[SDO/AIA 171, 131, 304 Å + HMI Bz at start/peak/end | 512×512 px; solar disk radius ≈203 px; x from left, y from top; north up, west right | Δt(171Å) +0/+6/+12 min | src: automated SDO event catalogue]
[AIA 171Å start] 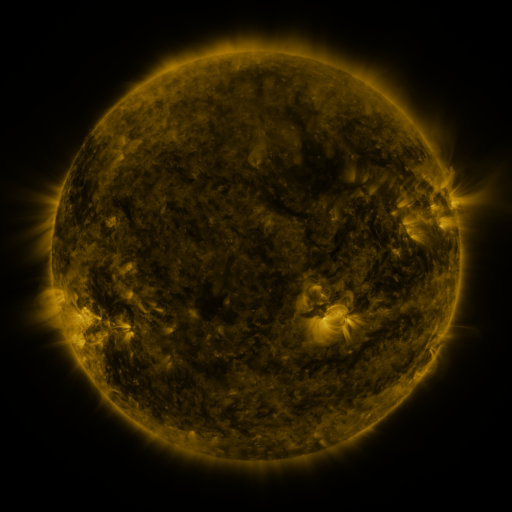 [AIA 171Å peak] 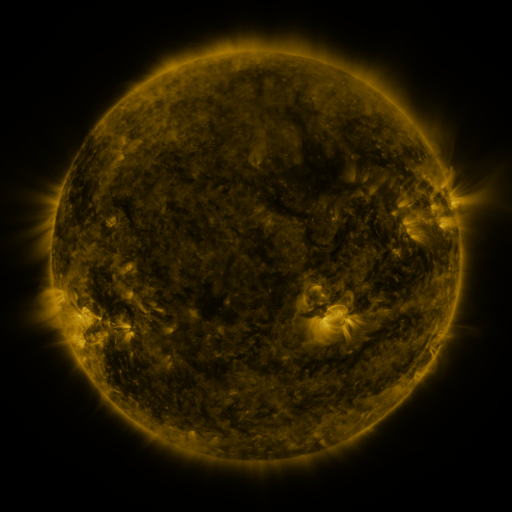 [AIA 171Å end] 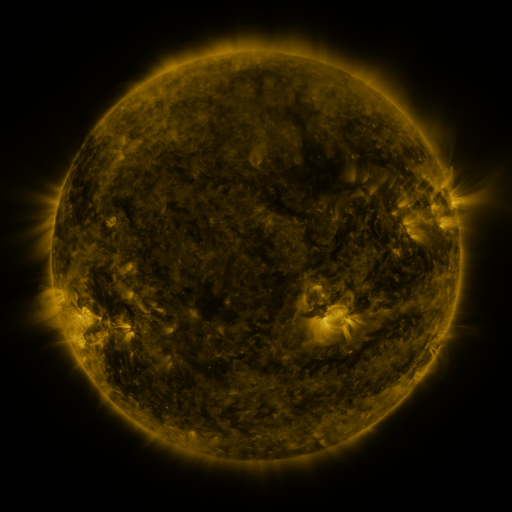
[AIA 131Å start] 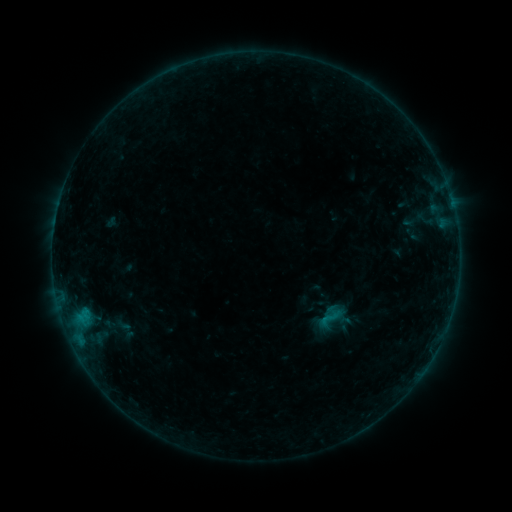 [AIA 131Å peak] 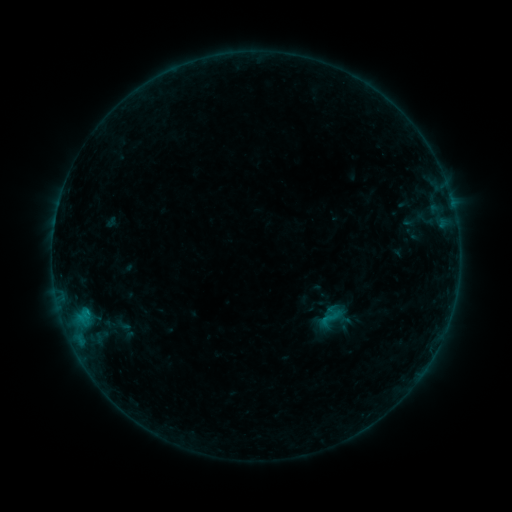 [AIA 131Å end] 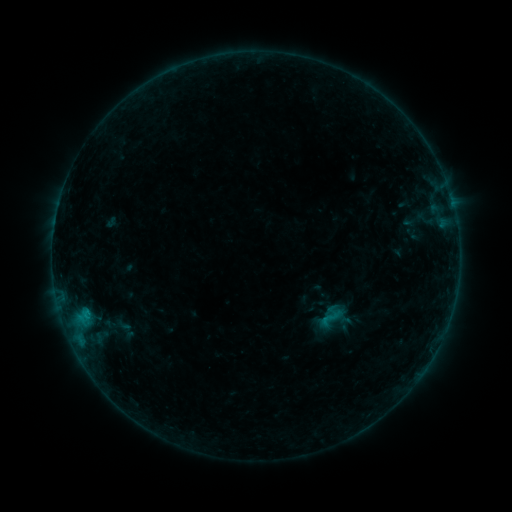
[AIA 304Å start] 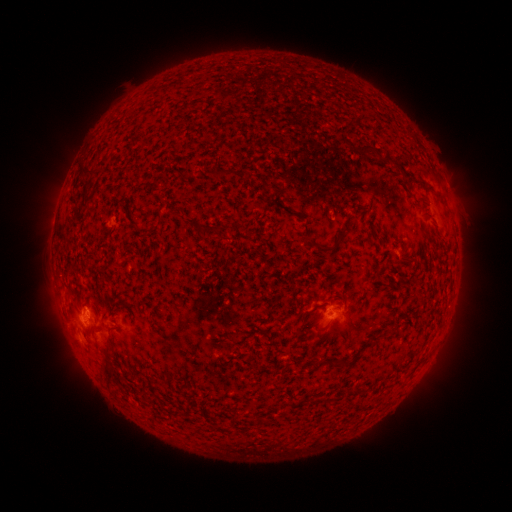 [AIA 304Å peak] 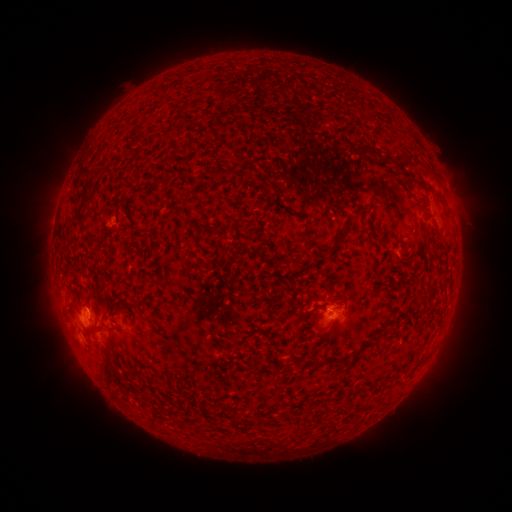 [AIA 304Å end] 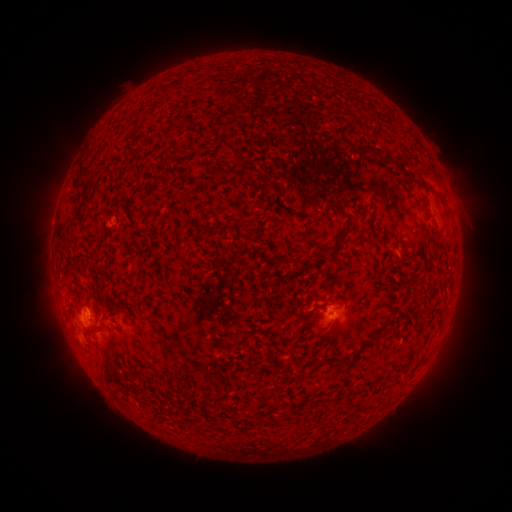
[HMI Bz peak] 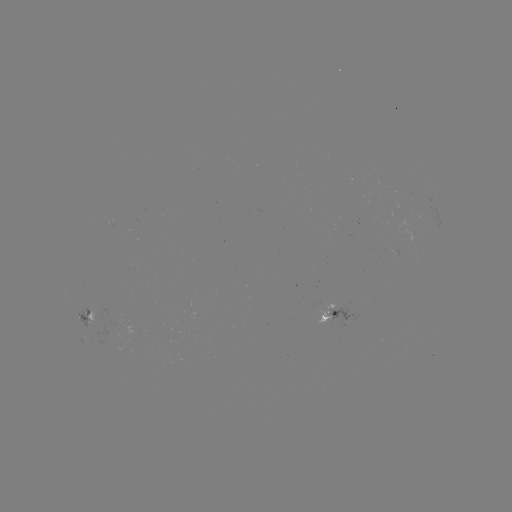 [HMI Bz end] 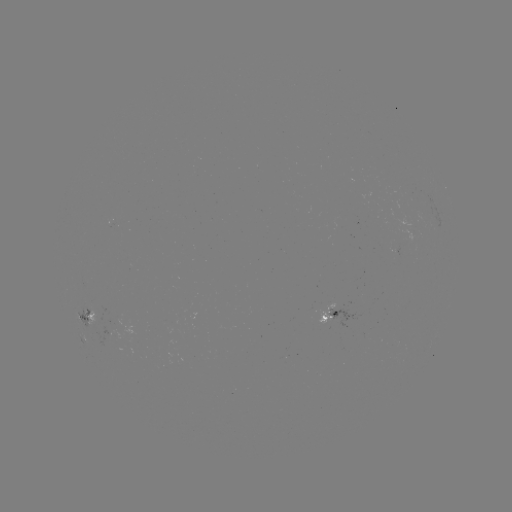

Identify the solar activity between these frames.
B3.6 flare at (88, 310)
